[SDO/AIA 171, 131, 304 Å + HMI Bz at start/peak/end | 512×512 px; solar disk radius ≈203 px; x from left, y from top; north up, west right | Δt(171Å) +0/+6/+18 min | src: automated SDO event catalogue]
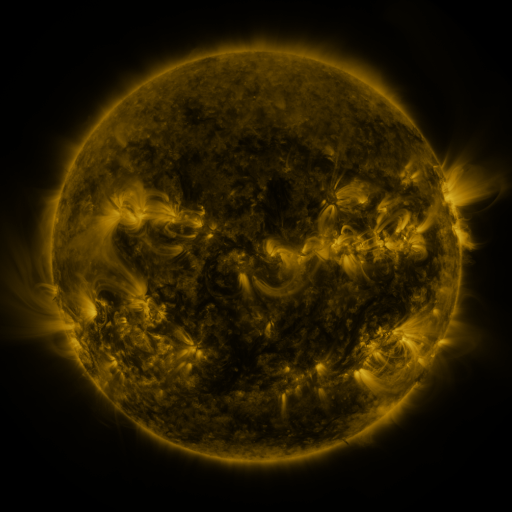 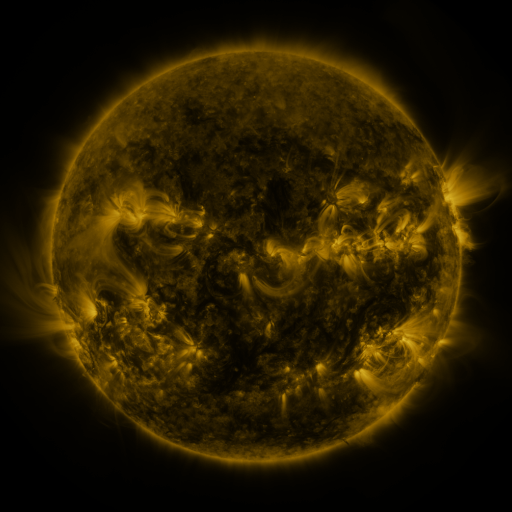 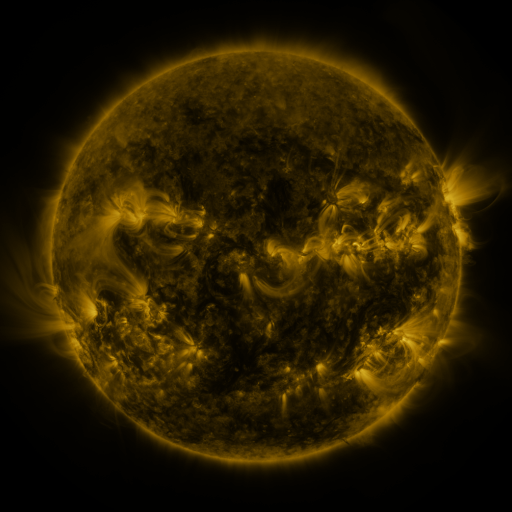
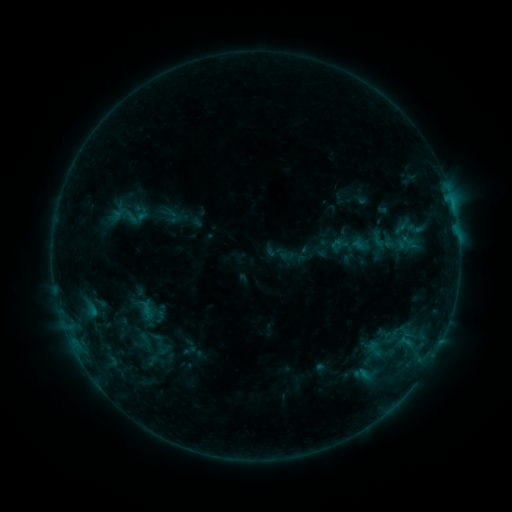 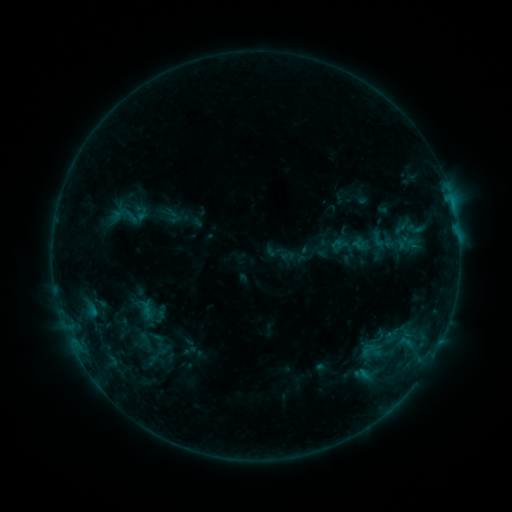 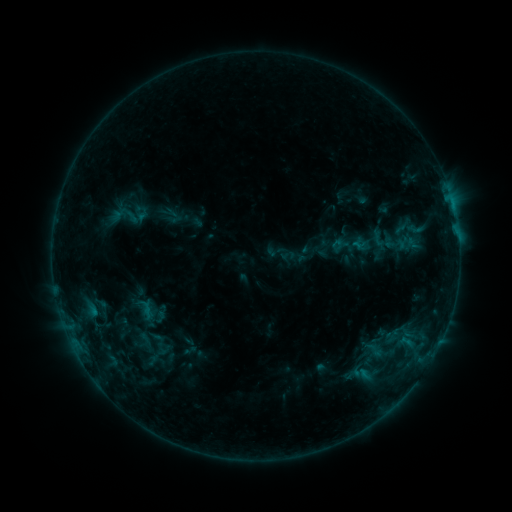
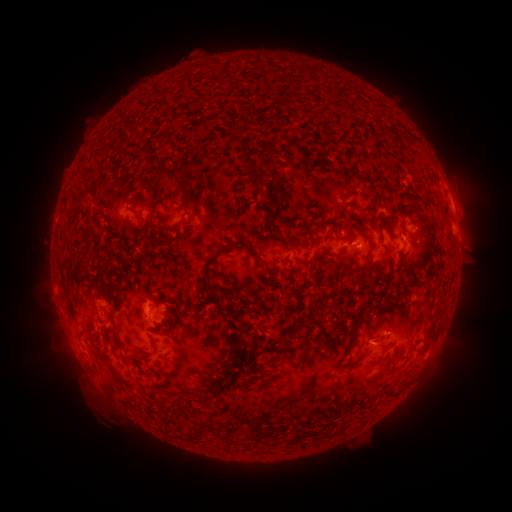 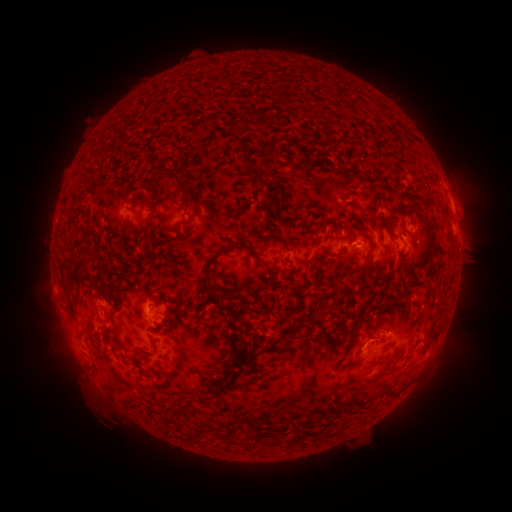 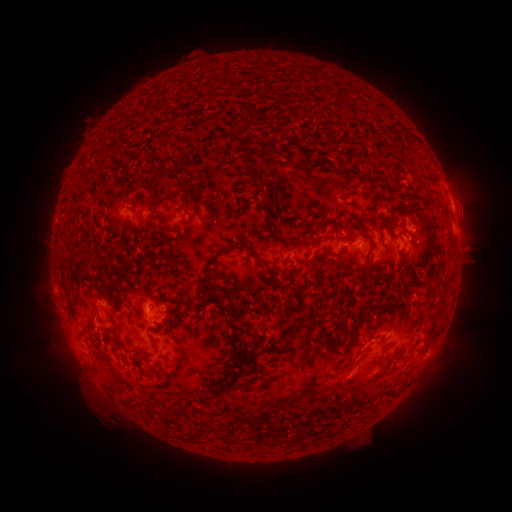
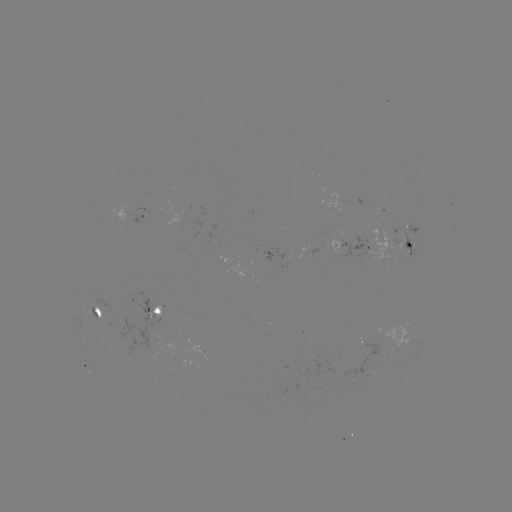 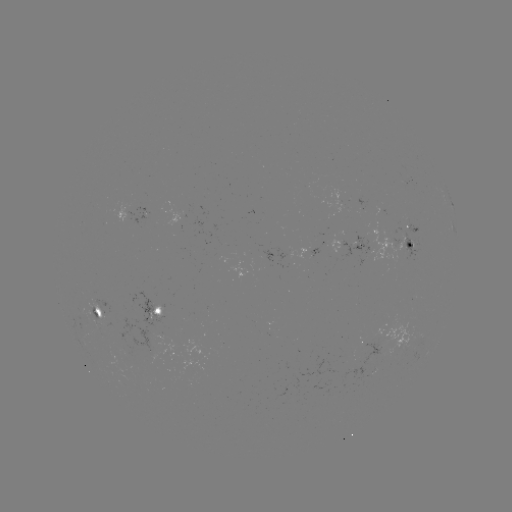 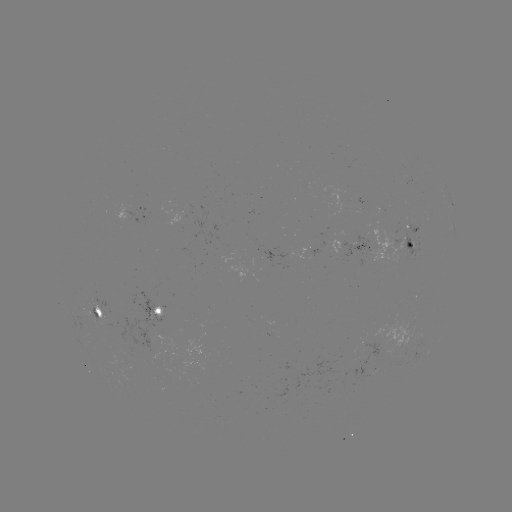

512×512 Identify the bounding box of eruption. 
[334, 290, 420, 391].